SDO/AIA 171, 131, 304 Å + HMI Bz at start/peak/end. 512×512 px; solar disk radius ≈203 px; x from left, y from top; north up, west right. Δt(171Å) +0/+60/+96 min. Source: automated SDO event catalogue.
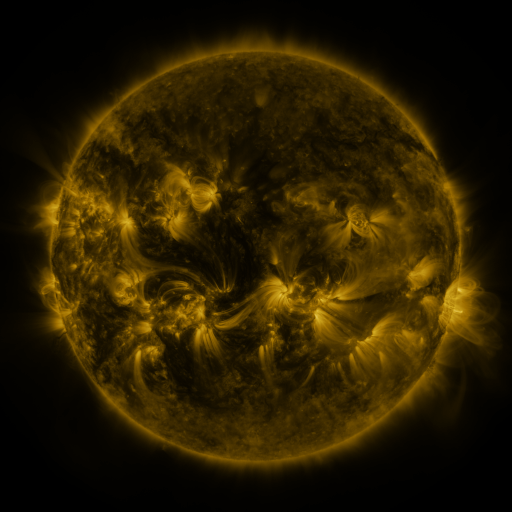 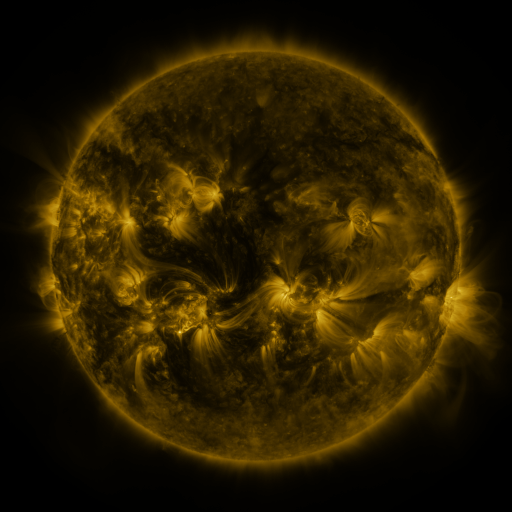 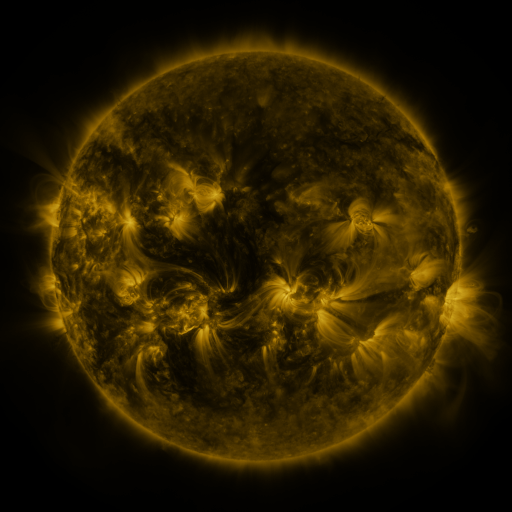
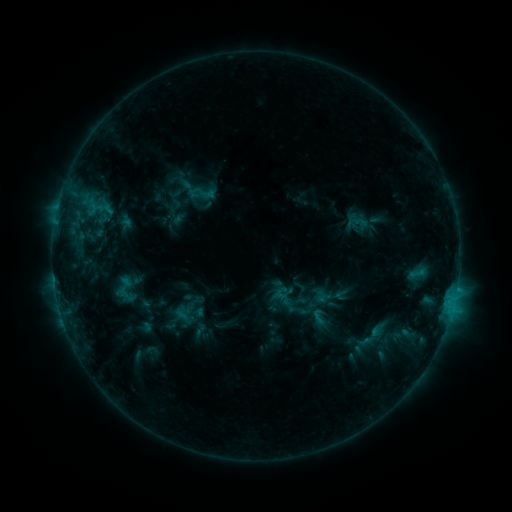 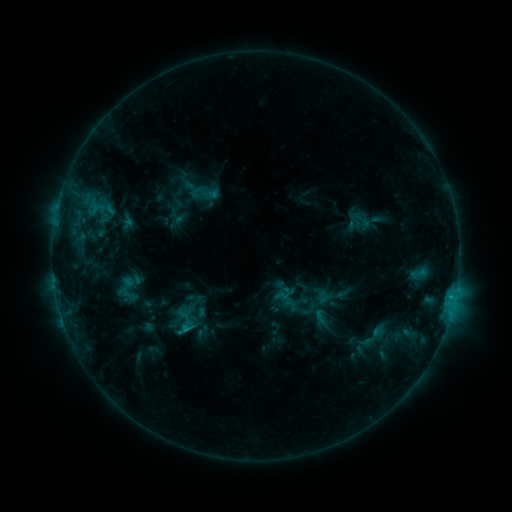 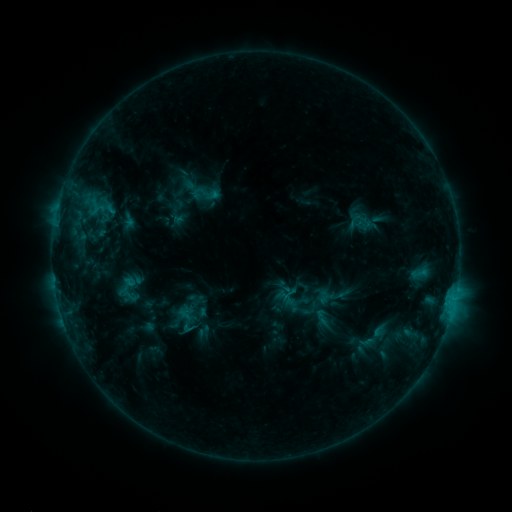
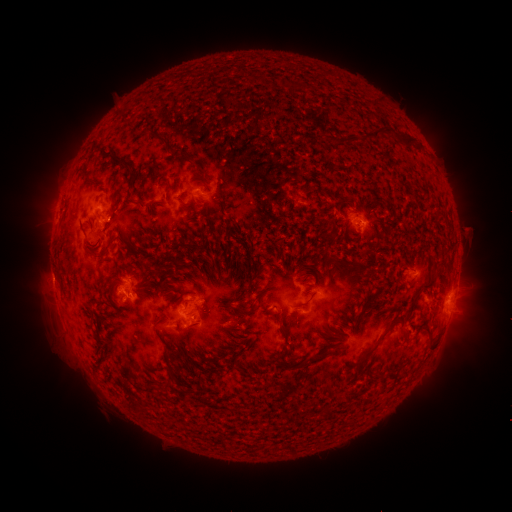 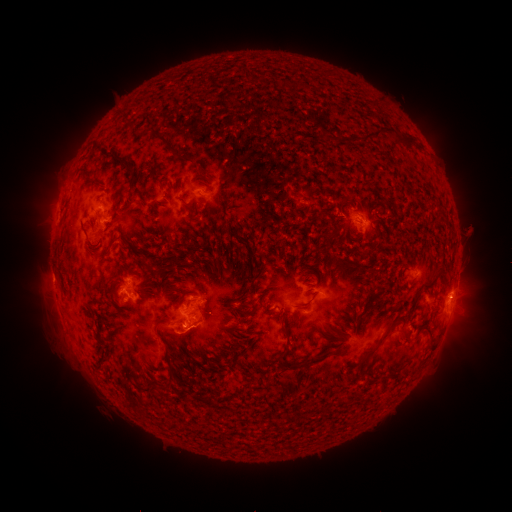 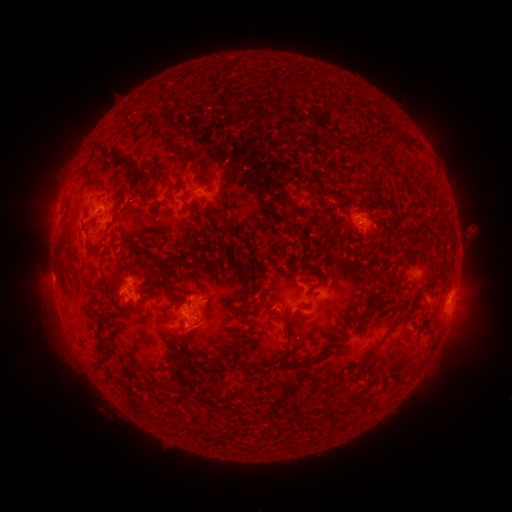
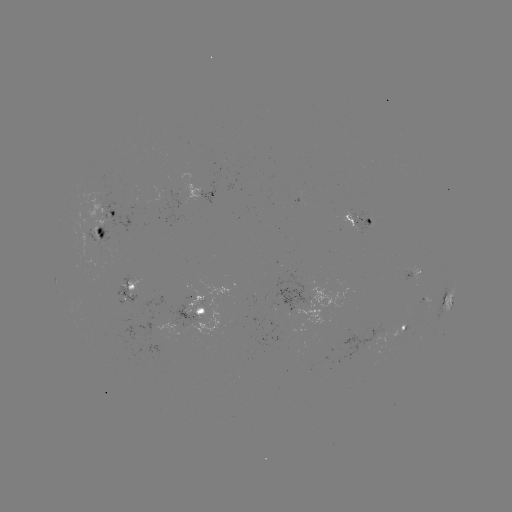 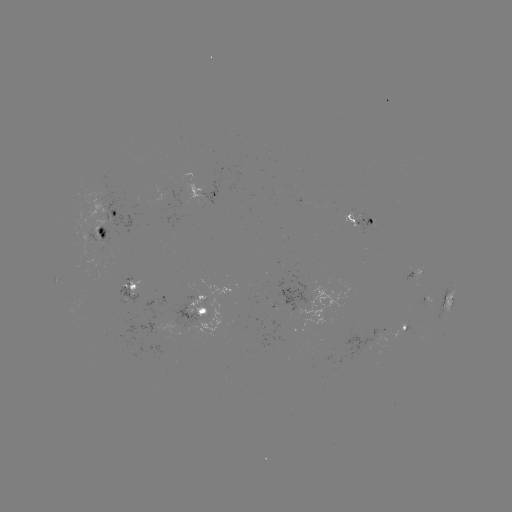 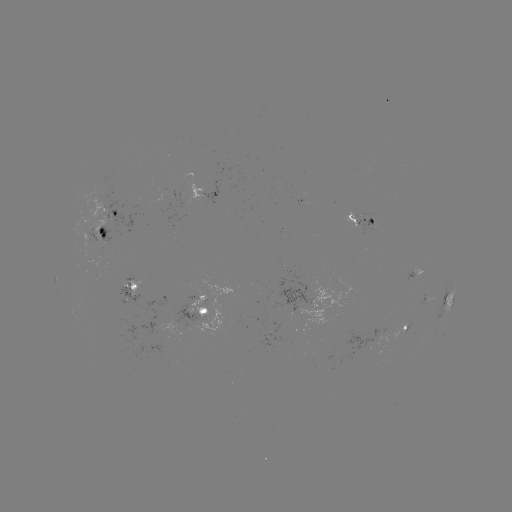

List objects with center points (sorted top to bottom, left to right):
emerging-flux region: (420, 272)
